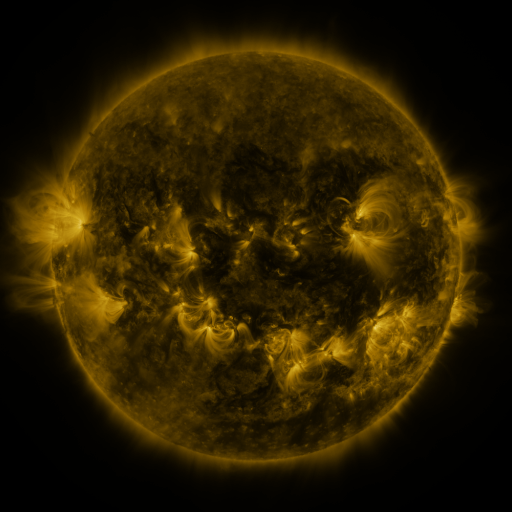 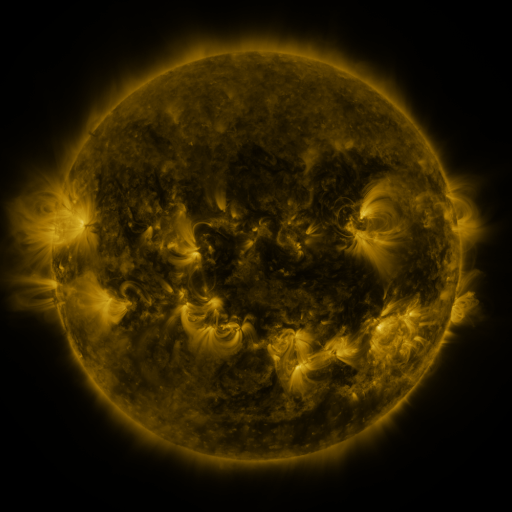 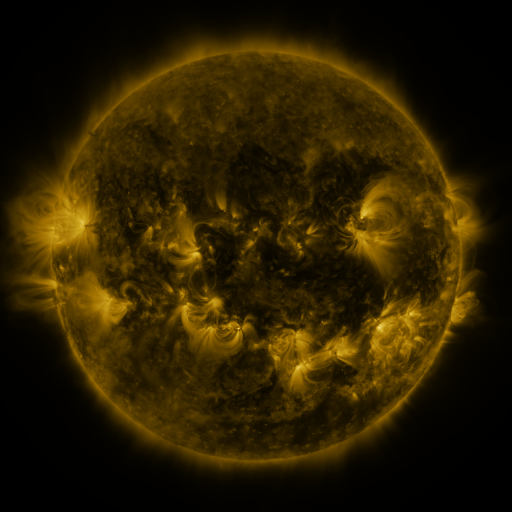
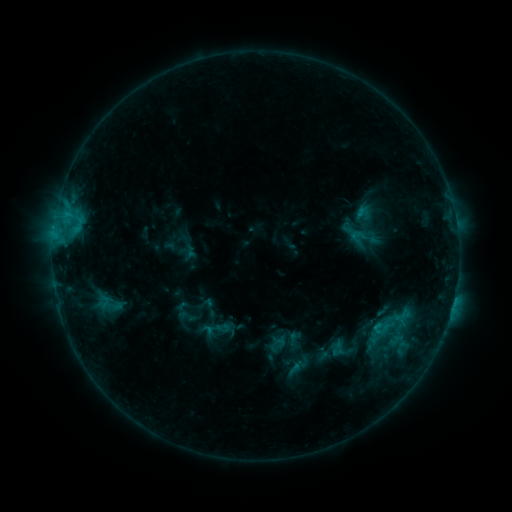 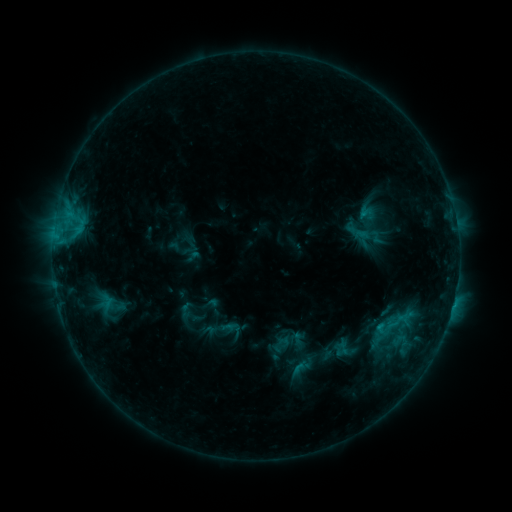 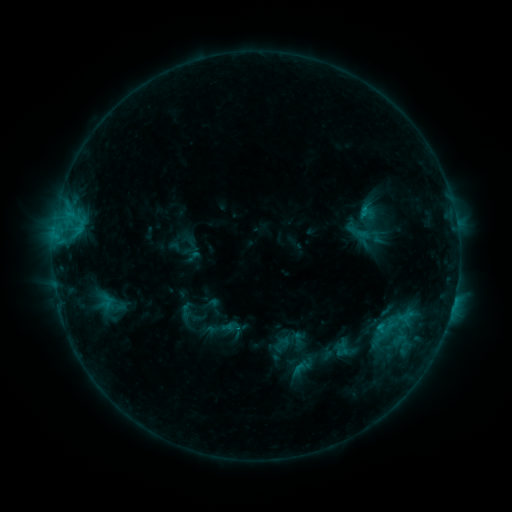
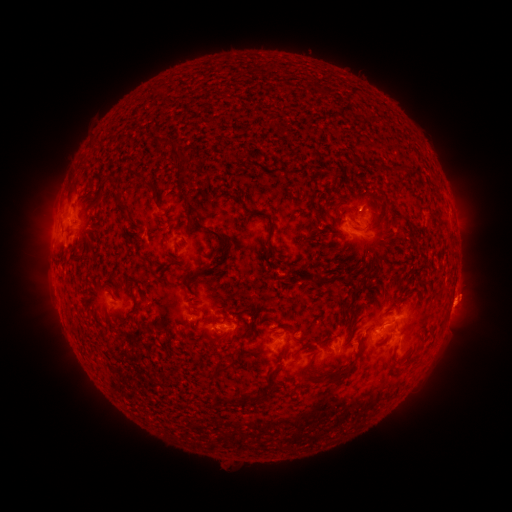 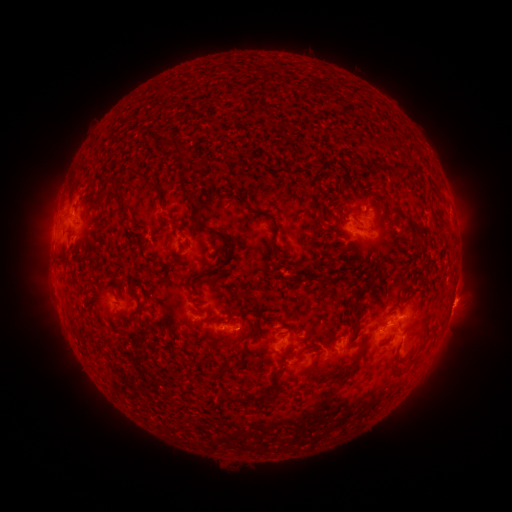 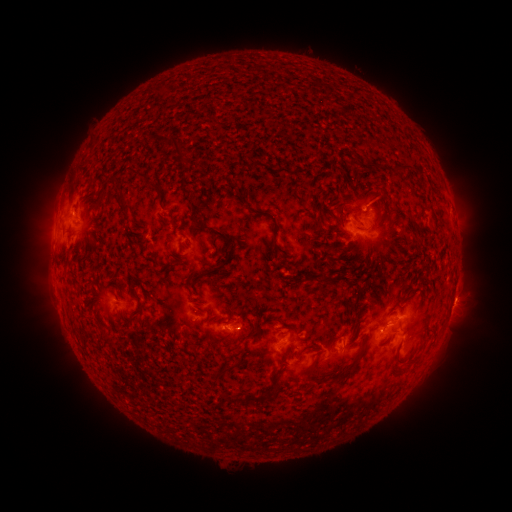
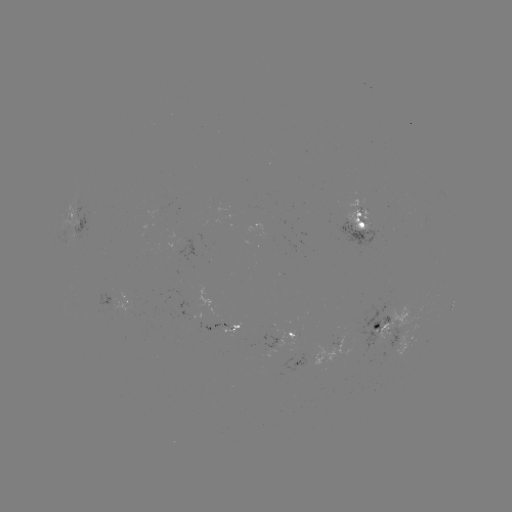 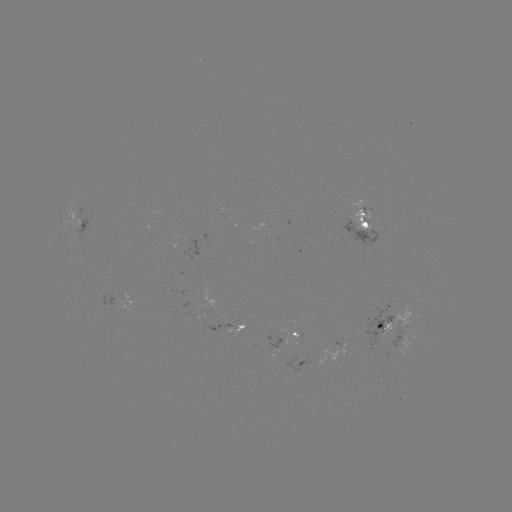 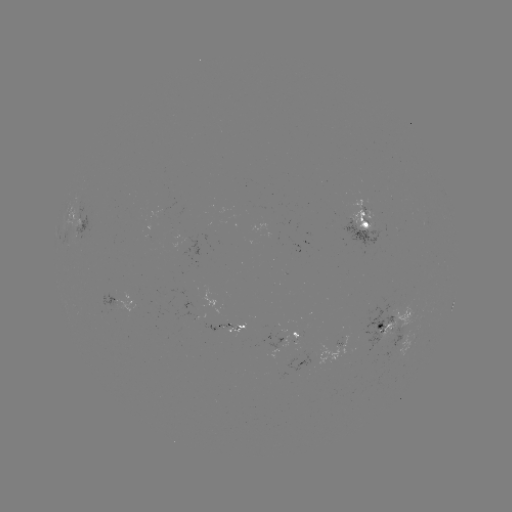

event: emerging-flux region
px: (224, 329)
